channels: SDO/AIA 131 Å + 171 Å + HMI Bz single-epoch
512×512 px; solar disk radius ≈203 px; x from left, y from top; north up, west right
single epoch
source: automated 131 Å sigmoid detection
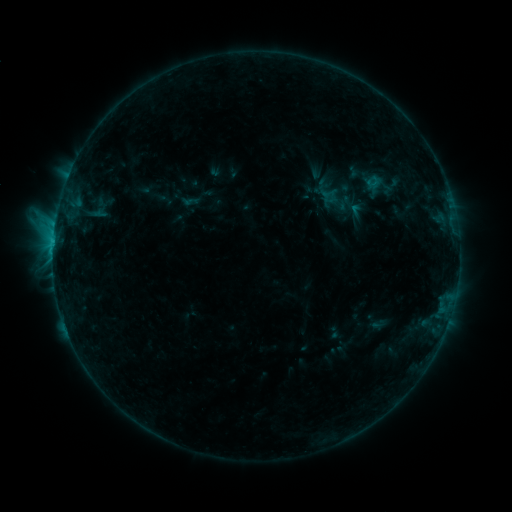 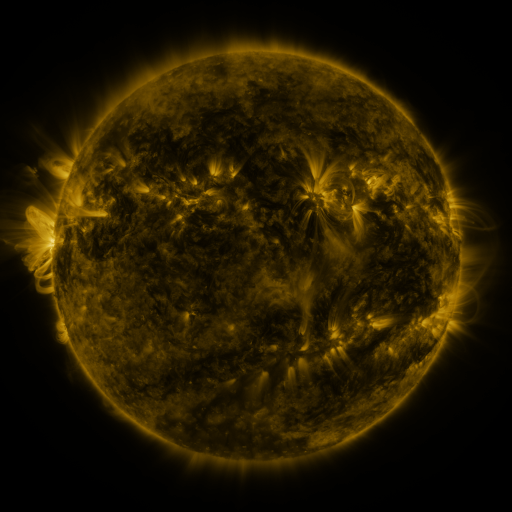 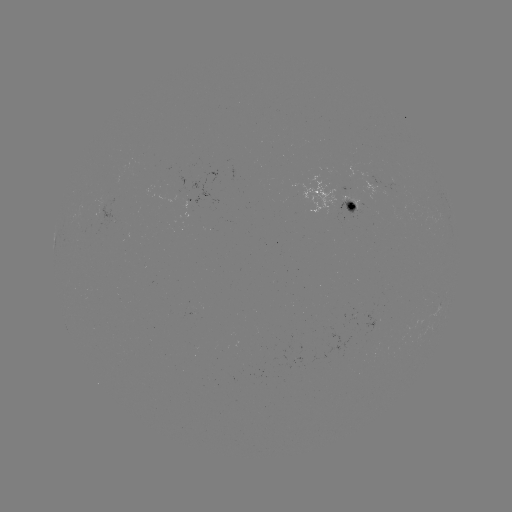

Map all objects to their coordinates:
sigmoid: <bbox>325, 193, 348, 213</bbox>
sigmoid: <bbox>345, 201, 369, 221</bbox>
